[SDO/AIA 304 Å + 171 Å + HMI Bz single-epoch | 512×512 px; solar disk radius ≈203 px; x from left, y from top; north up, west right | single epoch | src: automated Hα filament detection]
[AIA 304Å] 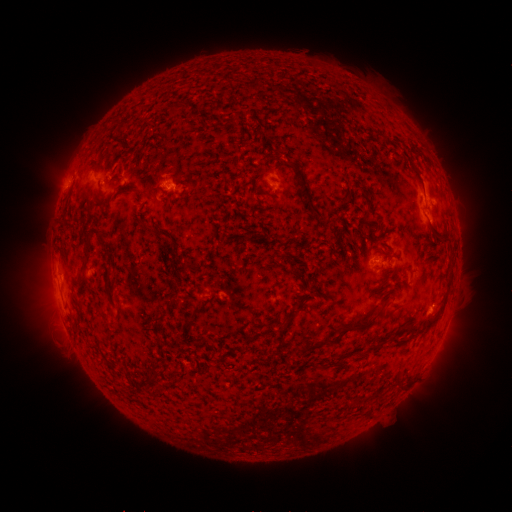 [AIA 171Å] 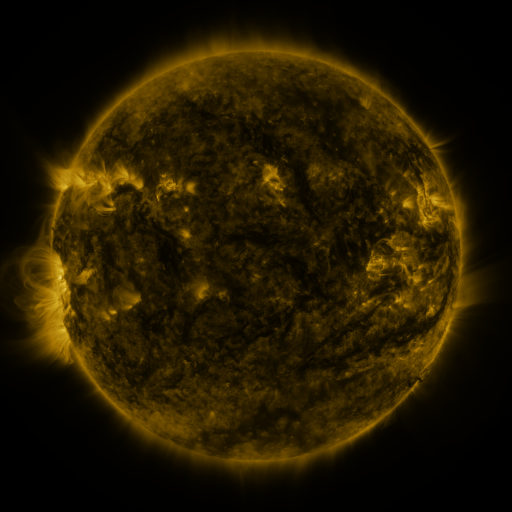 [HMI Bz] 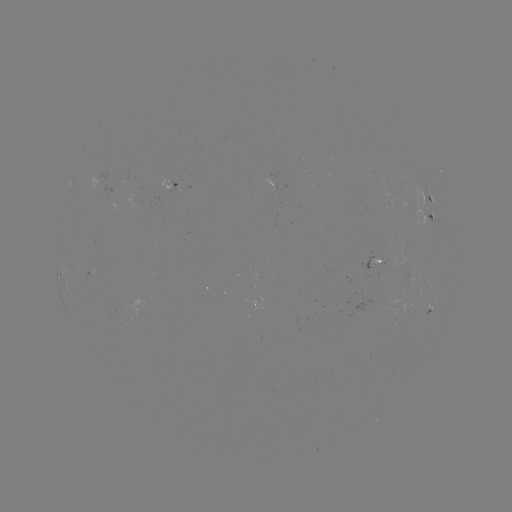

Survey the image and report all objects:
filament: [166, 104, 176, 117]
filament: [283, 160, 323, 218]
filament: [256, 170, 267, 177]
filament: [250, 176, 265, 195]
filament: [154, 183, 167, 196]
filament: [361, 190, 371, 220]
filament: [140, 224, 153, 233]
filament: [78, 228, 109, 276]
filament: [318, 253, 327, 262]
filament: [104, 271, 114, 295]
filament: [116, 304, 123, 316]
filament: [277, 305, 302, 333]
filament: [420, 305, 443, 330]
filament: [184, 306, 206, 329]
filament: [381, 308, 392, 318]
filament: [144, 311, 167, 330]
filament: [341, 313, 377, 332]
filament: [306, 335, 337, 353]
filament: [396, 380, 406, 389]
filament: [354, 396, 367, 404]
